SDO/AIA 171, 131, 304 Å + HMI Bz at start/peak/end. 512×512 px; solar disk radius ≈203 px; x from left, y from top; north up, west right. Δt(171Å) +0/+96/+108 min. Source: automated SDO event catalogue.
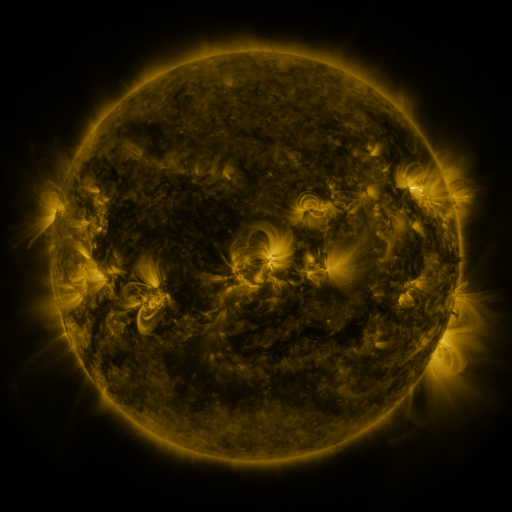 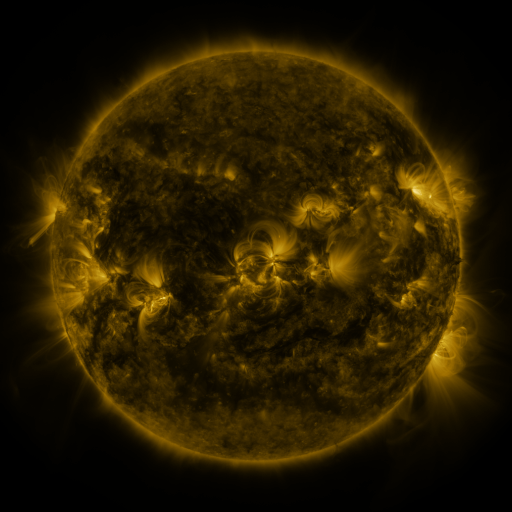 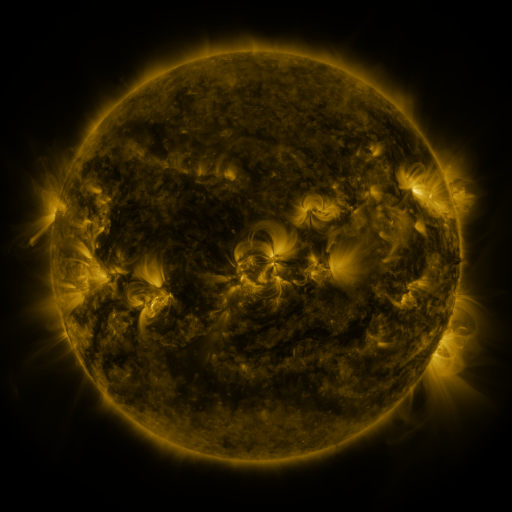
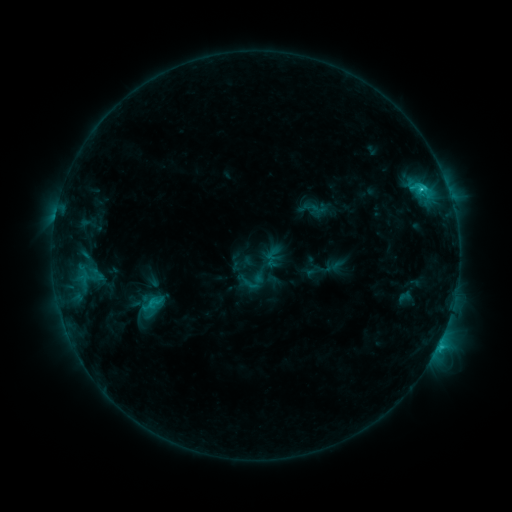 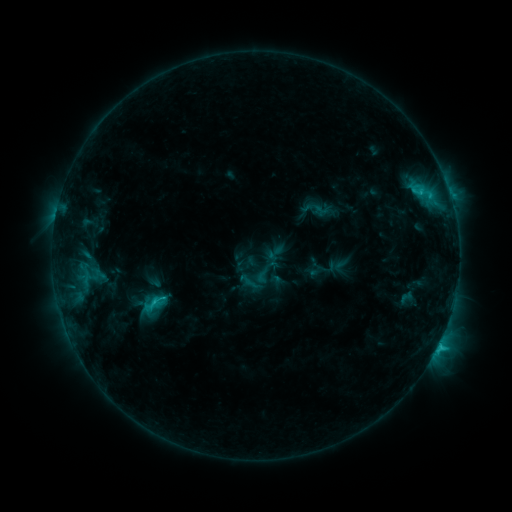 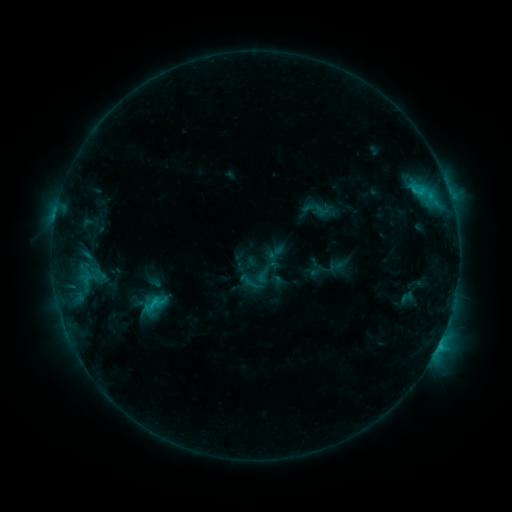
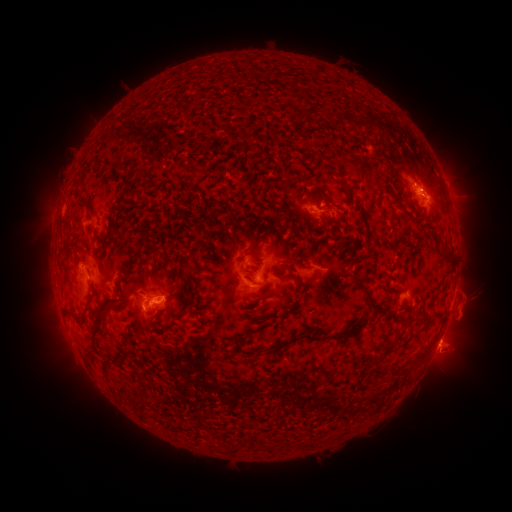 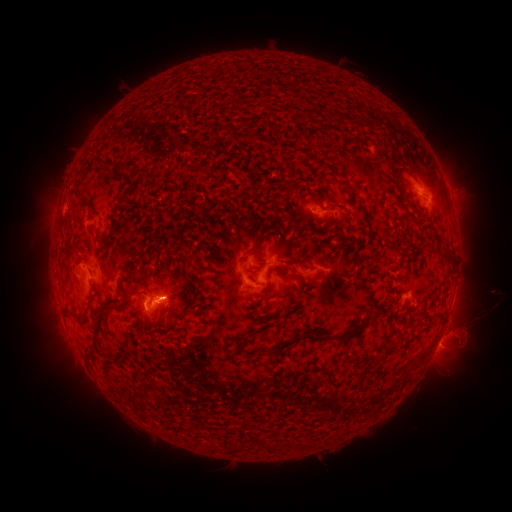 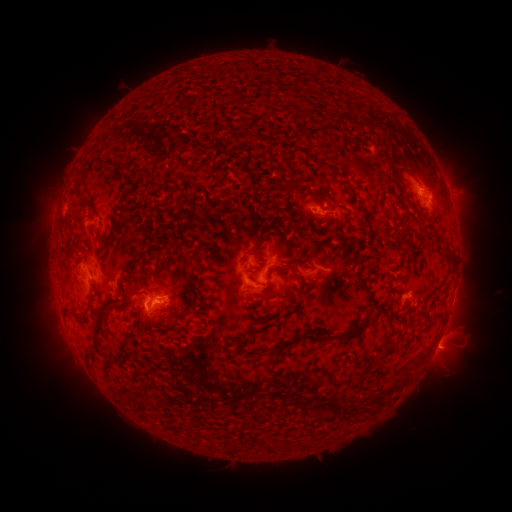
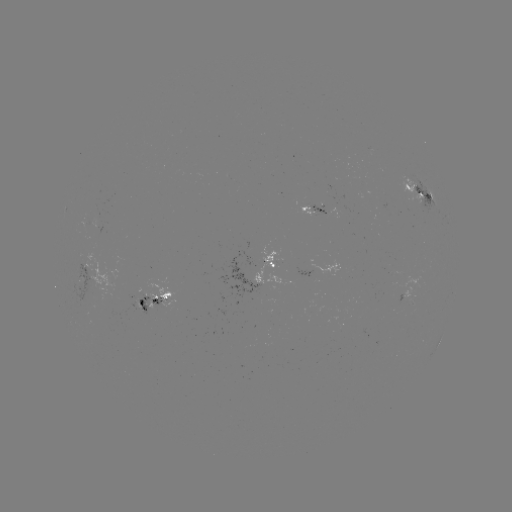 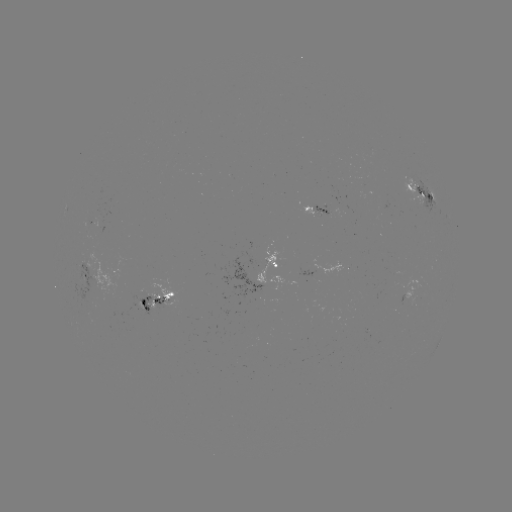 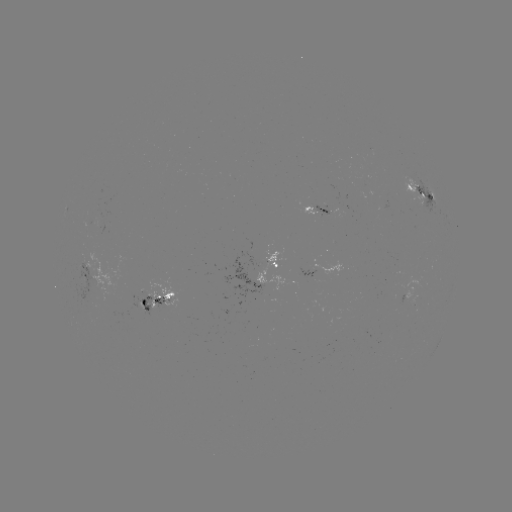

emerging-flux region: (312, 204, 328, 215)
